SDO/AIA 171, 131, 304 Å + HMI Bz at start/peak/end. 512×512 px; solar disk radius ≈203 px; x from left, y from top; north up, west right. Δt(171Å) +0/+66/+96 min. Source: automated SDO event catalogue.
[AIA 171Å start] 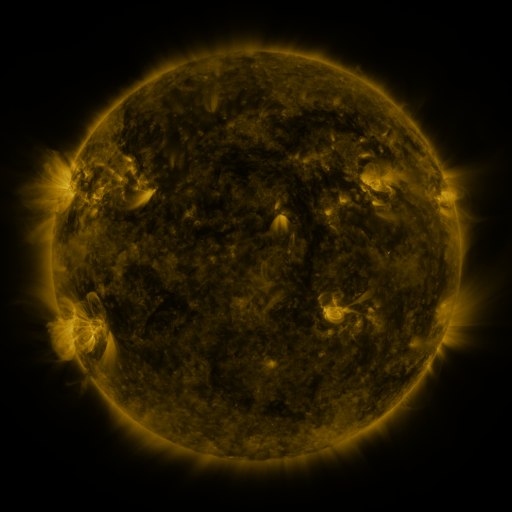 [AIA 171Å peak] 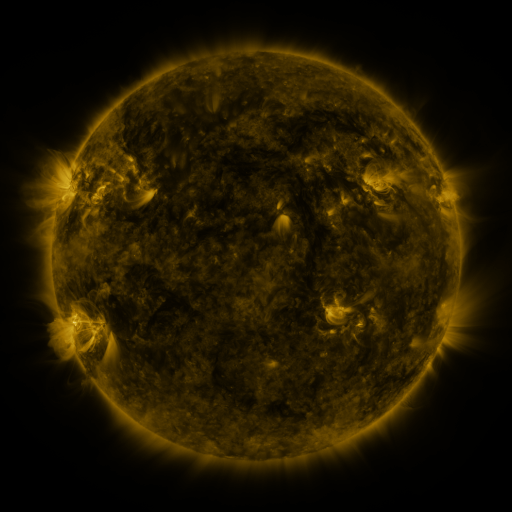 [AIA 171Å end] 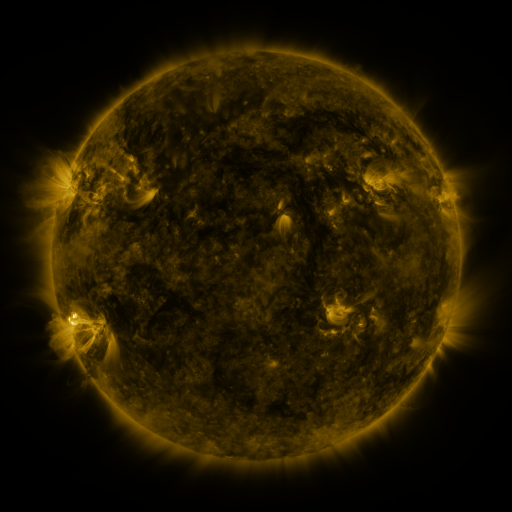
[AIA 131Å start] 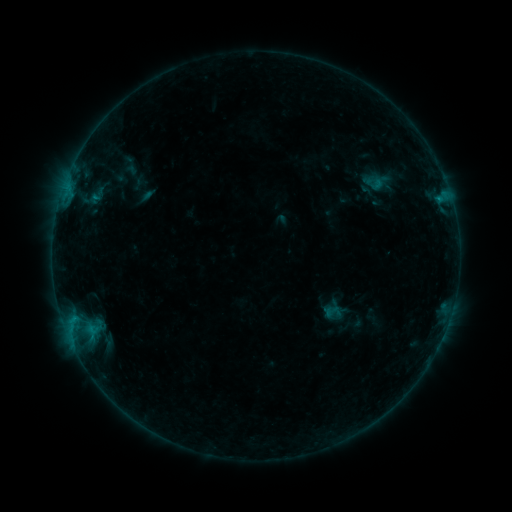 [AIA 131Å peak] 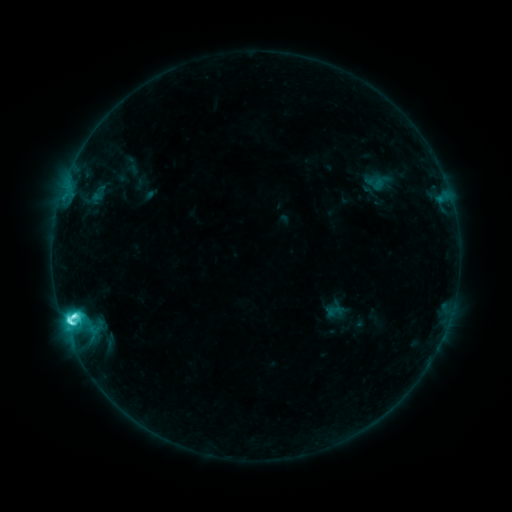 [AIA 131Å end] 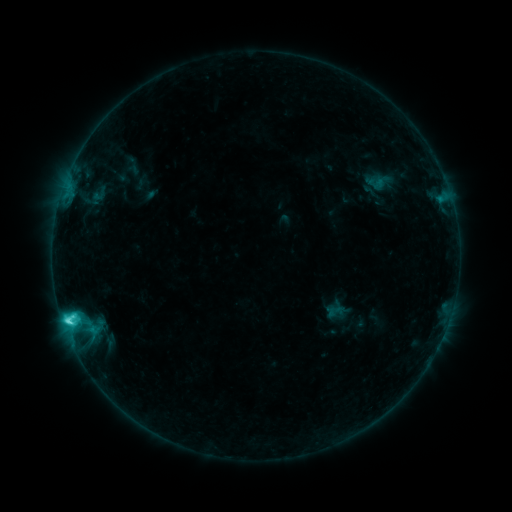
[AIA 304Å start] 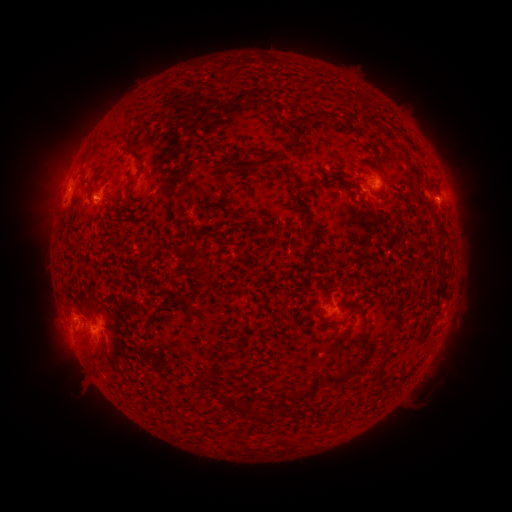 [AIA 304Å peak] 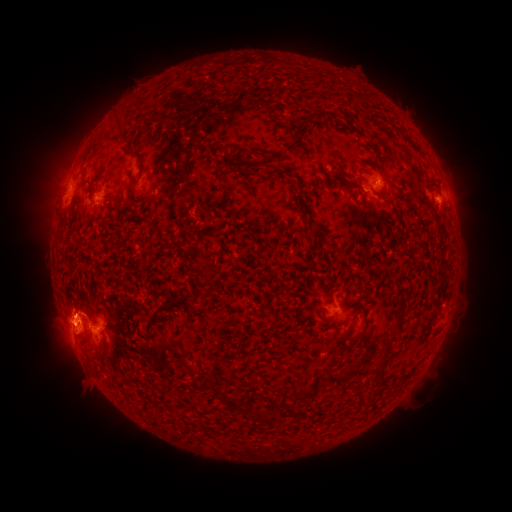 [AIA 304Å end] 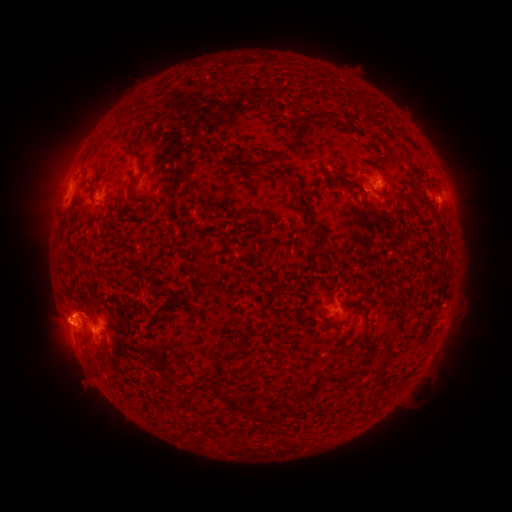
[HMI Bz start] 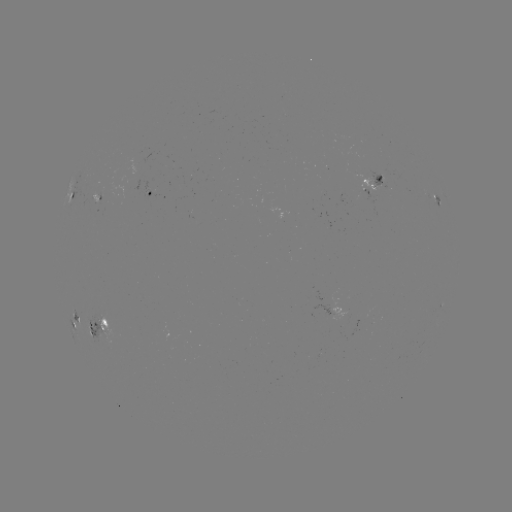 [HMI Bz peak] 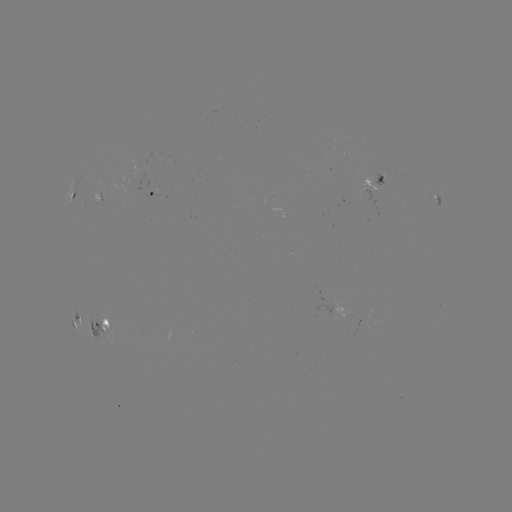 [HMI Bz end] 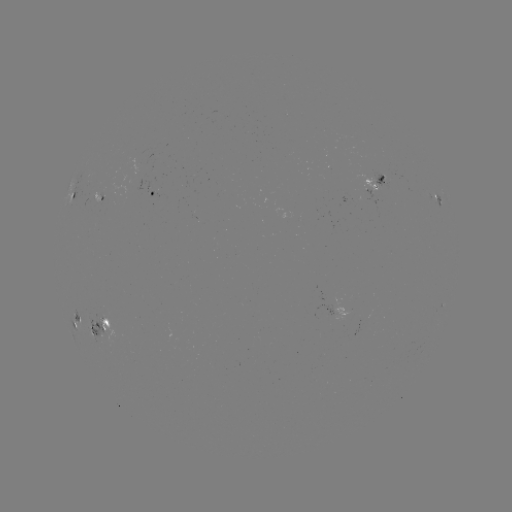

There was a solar flare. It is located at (76, 317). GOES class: C8.7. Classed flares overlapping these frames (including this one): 2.